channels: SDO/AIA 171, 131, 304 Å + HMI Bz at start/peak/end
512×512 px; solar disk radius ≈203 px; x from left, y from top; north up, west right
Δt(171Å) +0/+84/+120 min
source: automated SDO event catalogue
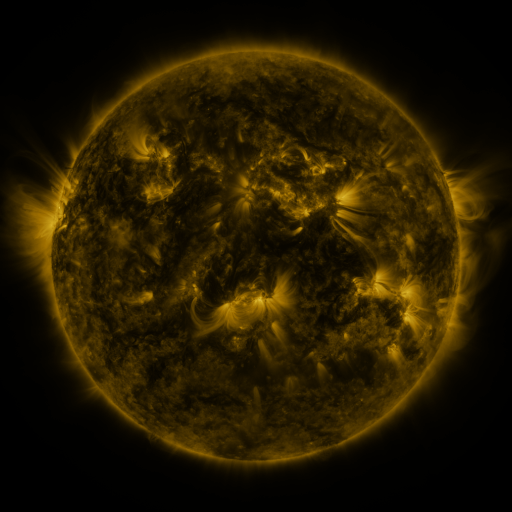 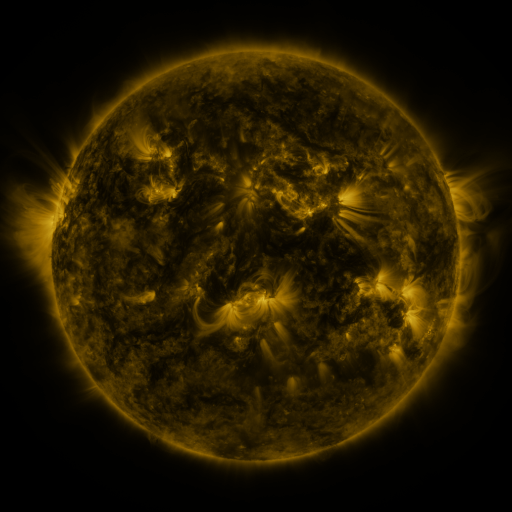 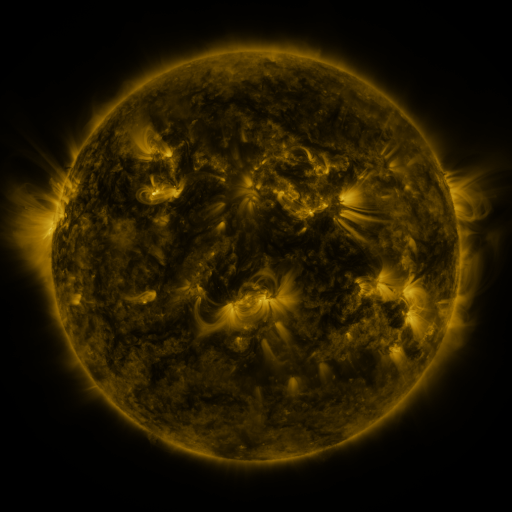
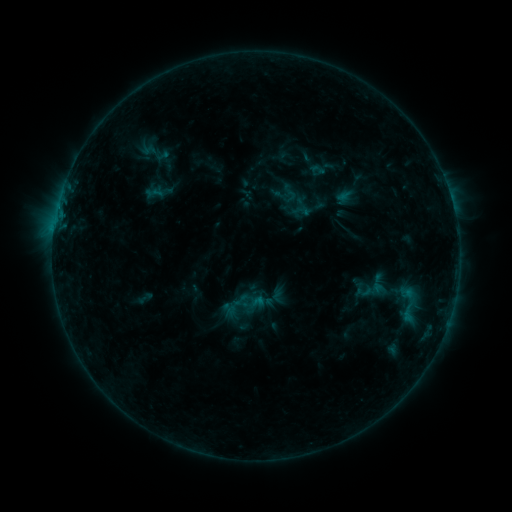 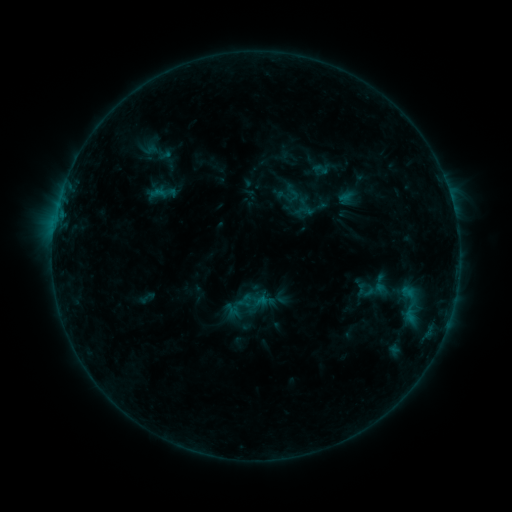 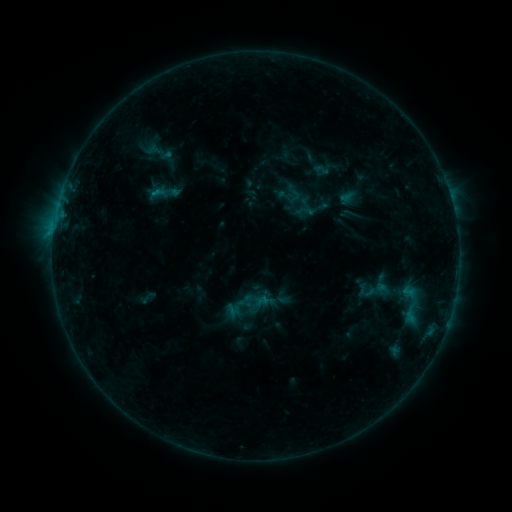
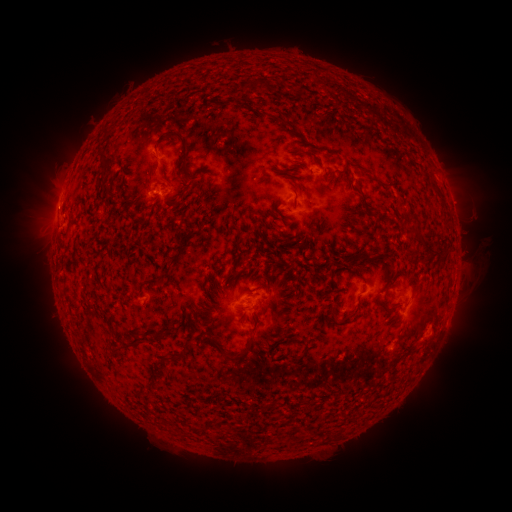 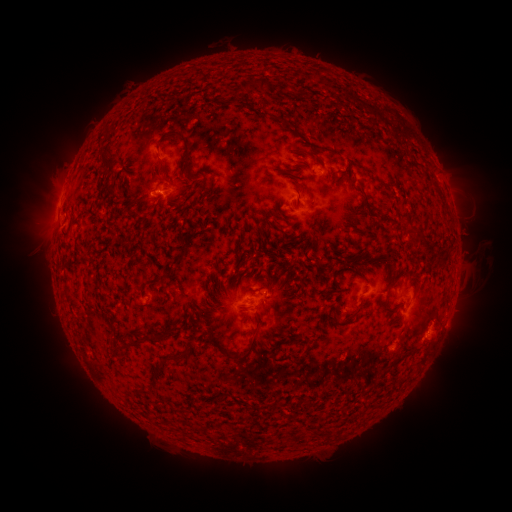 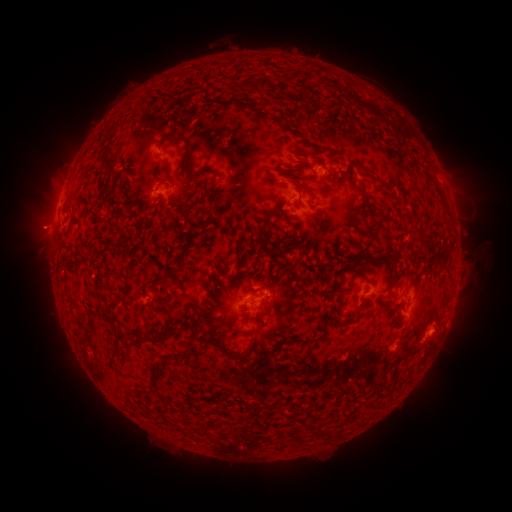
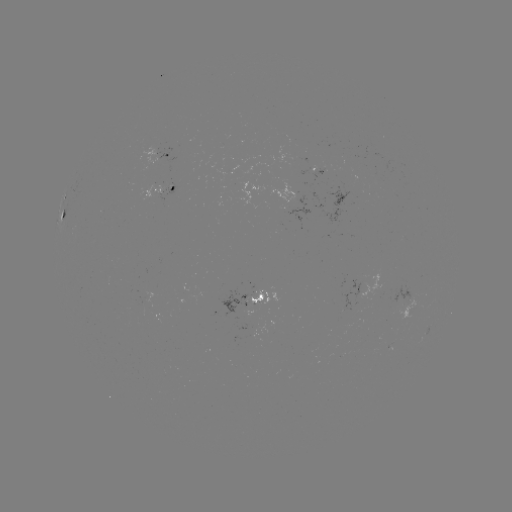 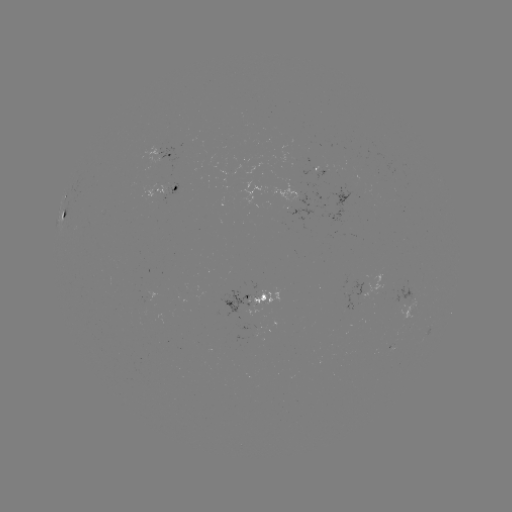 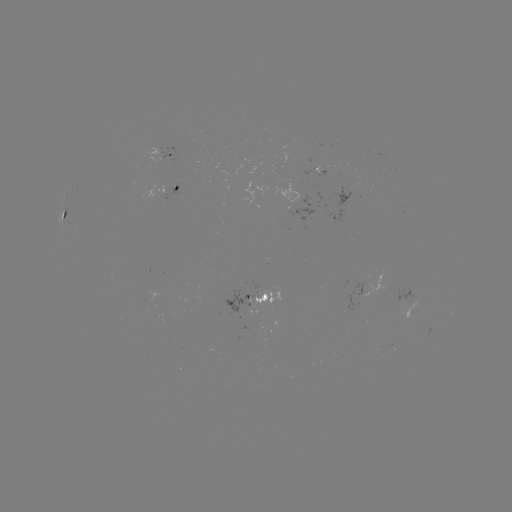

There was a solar emerging-flux region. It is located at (226, 172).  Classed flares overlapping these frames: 1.